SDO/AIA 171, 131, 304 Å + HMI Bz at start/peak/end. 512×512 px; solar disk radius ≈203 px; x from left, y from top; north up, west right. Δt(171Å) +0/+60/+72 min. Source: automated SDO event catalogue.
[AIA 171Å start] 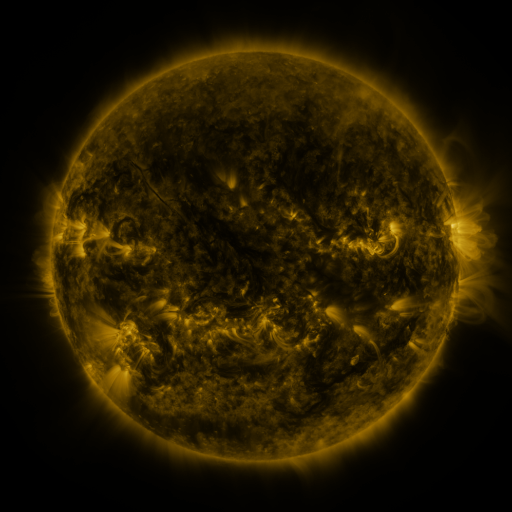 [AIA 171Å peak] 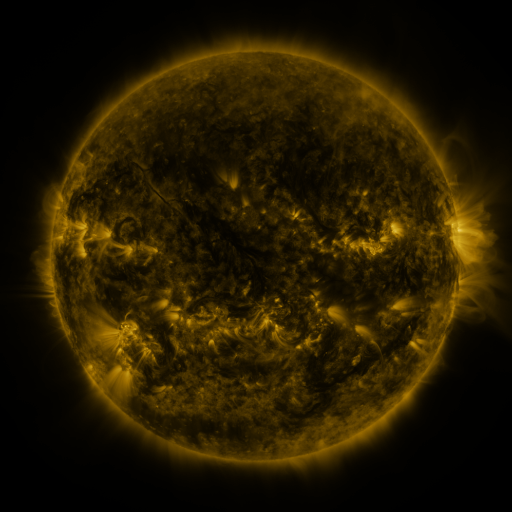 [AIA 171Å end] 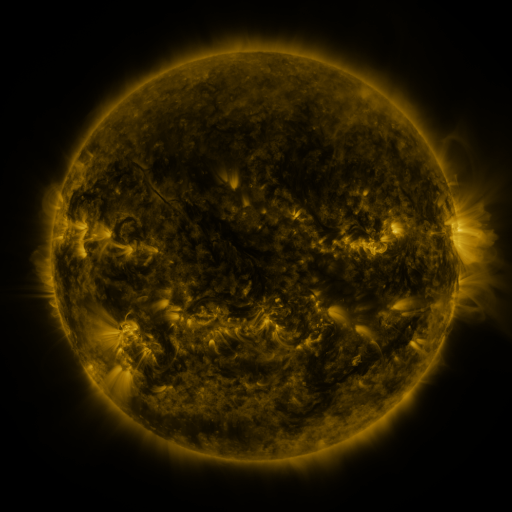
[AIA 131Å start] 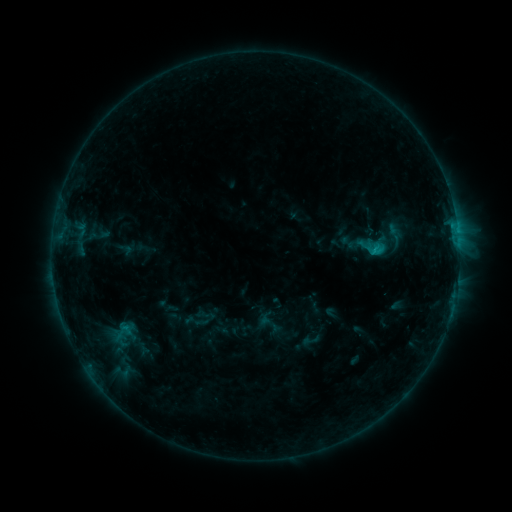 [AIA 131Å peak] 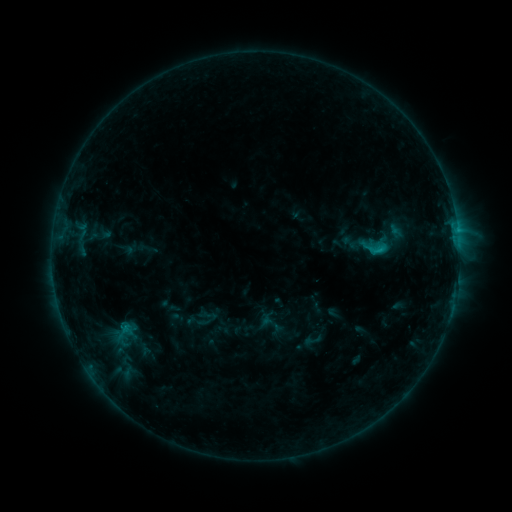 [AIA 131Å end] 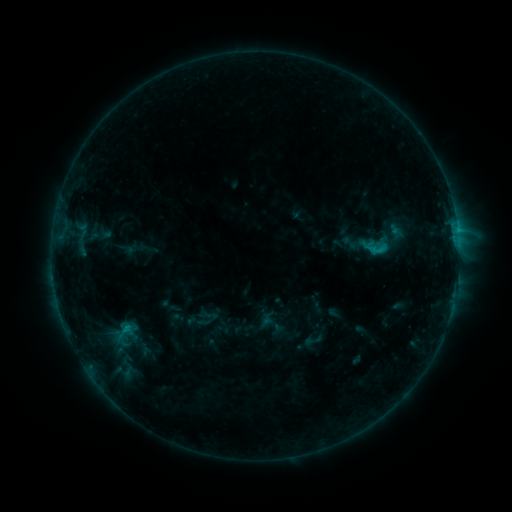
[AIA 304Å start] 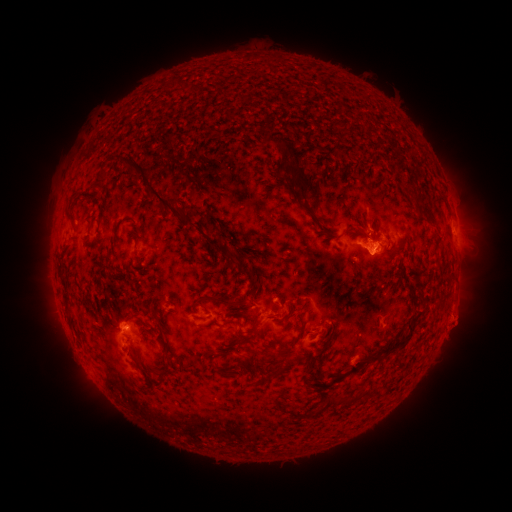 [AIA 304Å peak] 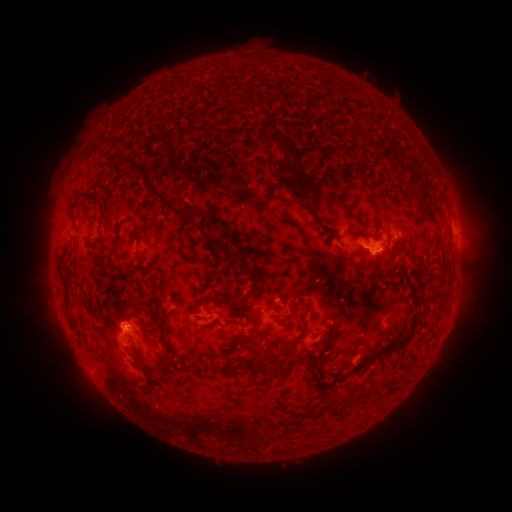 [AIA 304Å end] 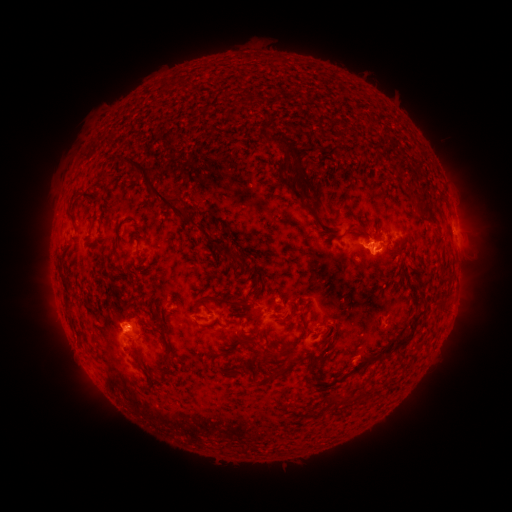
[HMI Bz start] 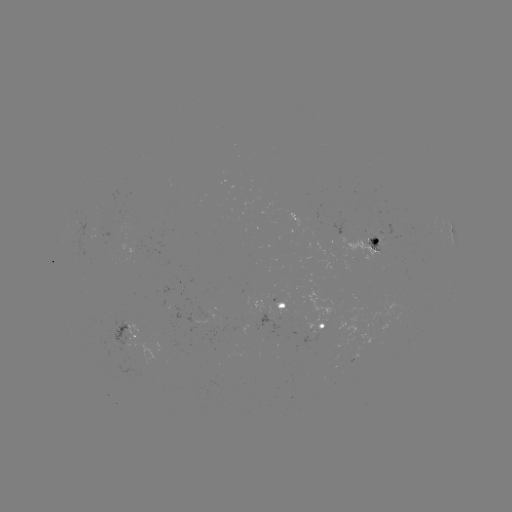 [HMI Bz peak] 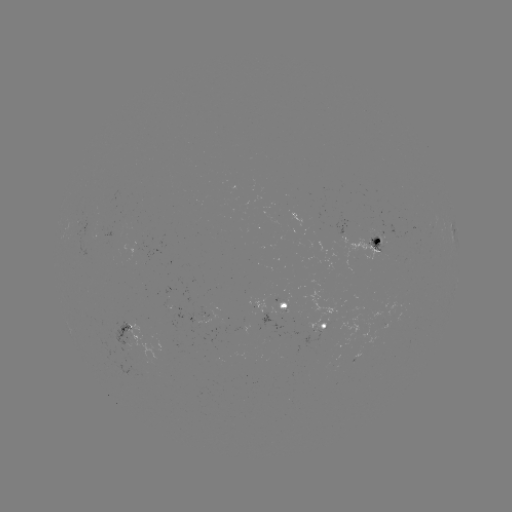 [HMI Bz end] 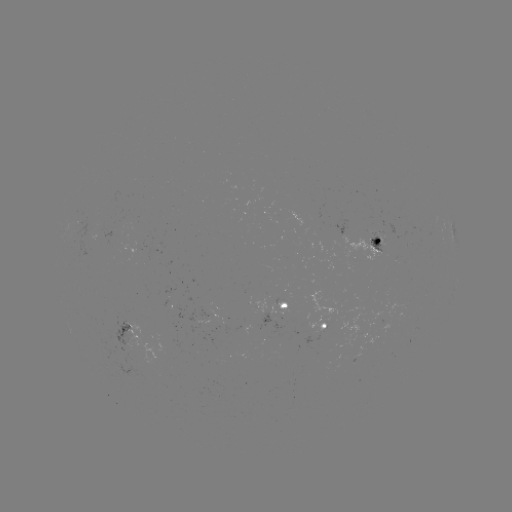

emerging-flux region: [371, 235, 385, 249]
